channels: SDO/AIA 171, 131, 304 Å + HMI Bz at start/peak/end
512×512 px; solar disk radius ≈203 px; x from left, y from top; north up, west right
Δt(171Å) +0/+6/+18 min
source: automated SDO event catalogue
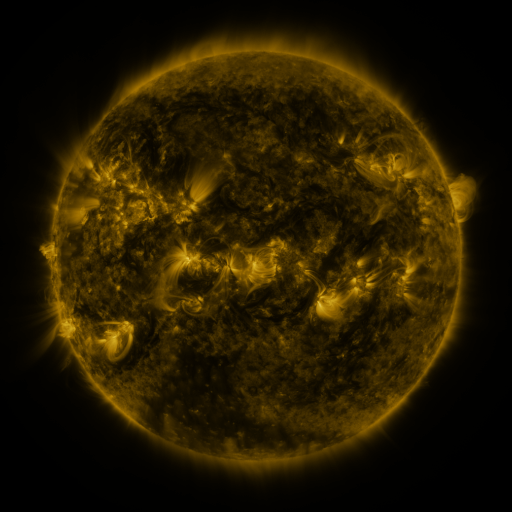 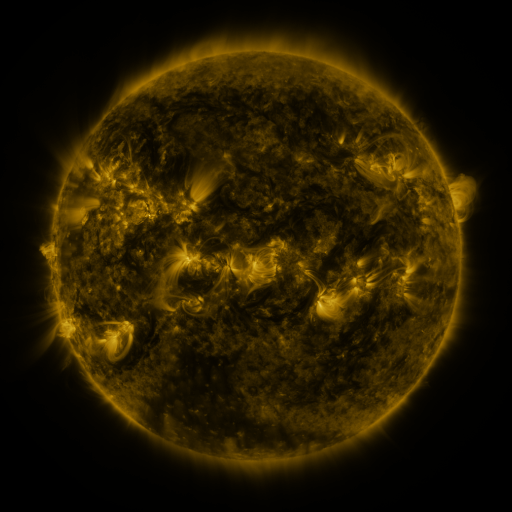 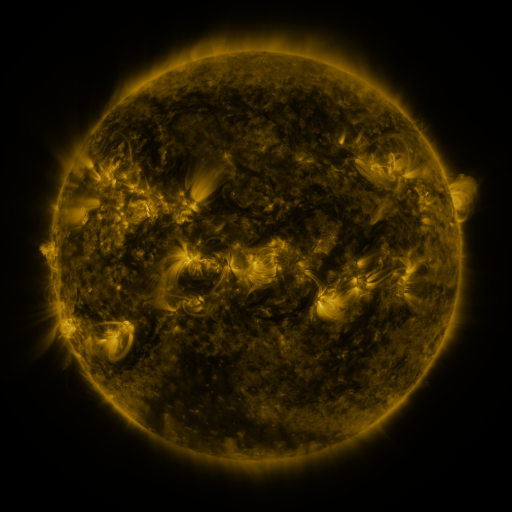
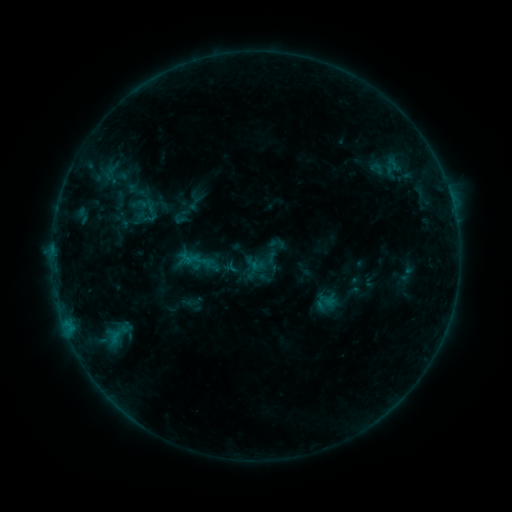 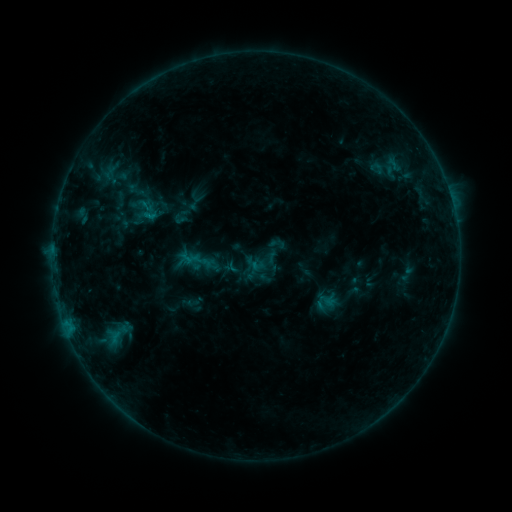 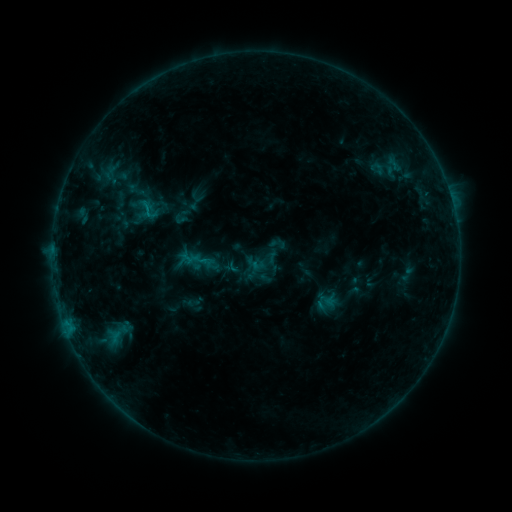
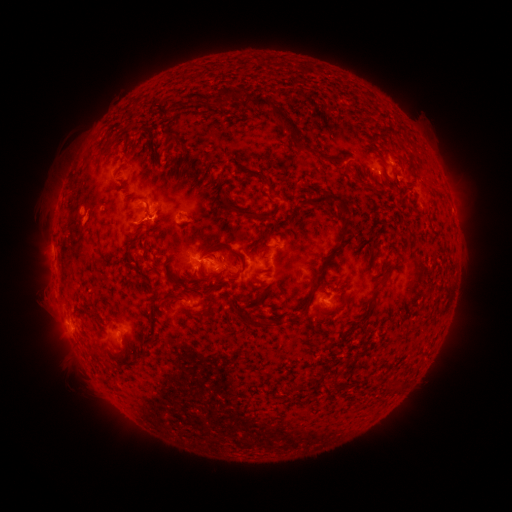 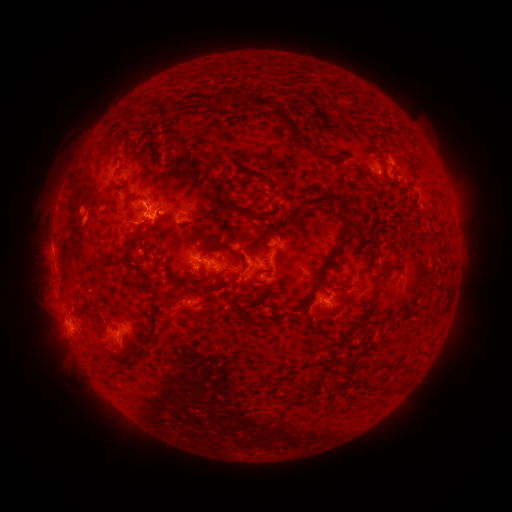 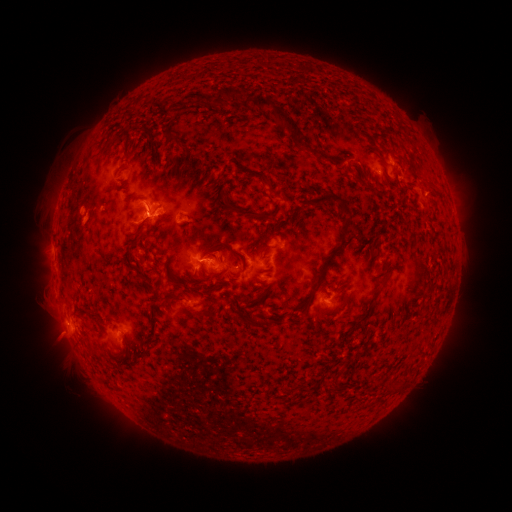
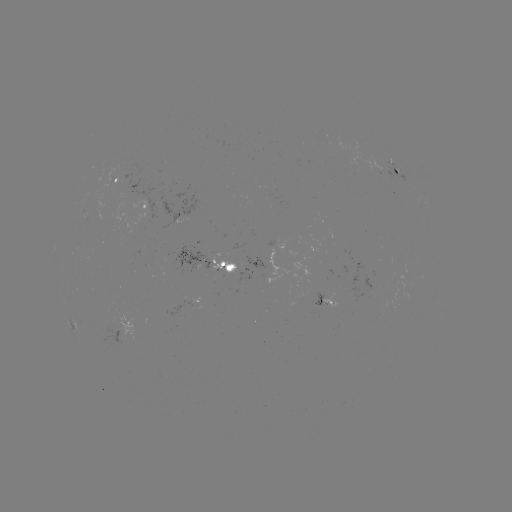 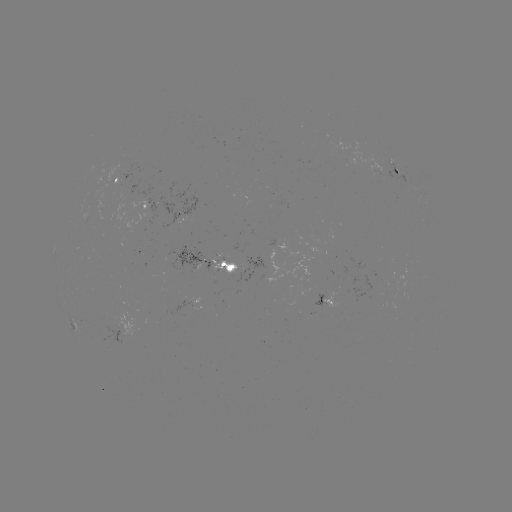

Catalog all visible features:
B6.0 flare: (148, 217)
